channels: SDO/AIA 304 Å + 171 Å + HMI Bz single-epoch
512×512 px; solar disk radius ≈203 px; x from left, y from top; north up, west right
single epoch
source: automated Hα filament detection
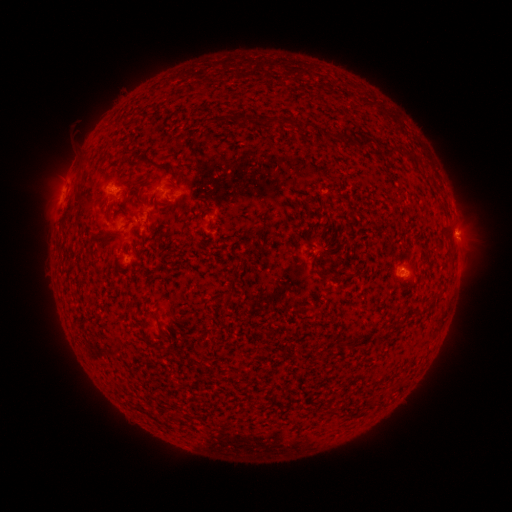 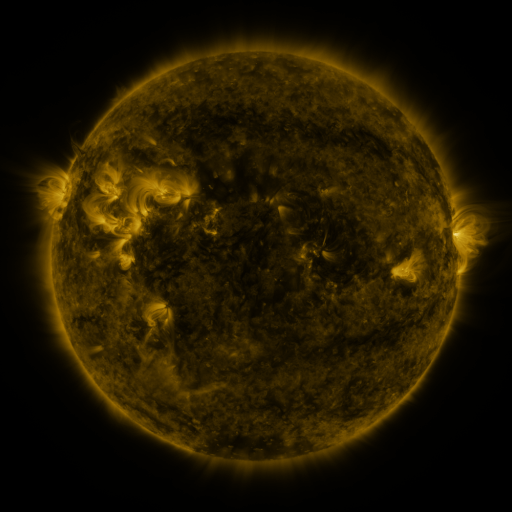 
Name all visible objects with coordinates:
filament: [245, 115, 254, 126]
filament: [261, 115, 293, 128]
filament: [302, 120, 312, 131]
filament: [324, 129, 333, 141]
filament: [344, 135, 353, 146]
filament: [357, 135, 374, 149]
filament: [77, 193, 89, 209]
filament: [442, 223, 453, 237]
filament: [312, 254, 320, 268]
filament: [222, 296, 231, 305]
